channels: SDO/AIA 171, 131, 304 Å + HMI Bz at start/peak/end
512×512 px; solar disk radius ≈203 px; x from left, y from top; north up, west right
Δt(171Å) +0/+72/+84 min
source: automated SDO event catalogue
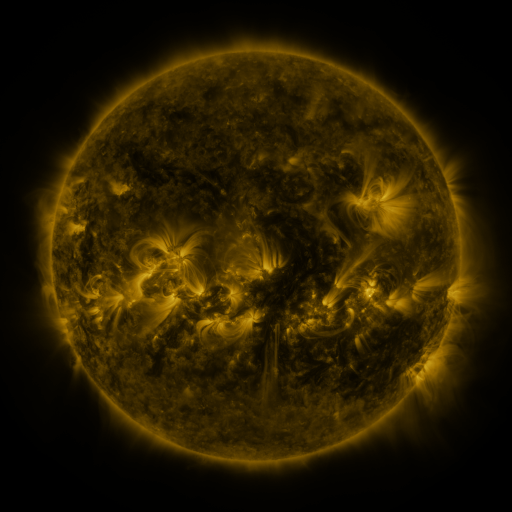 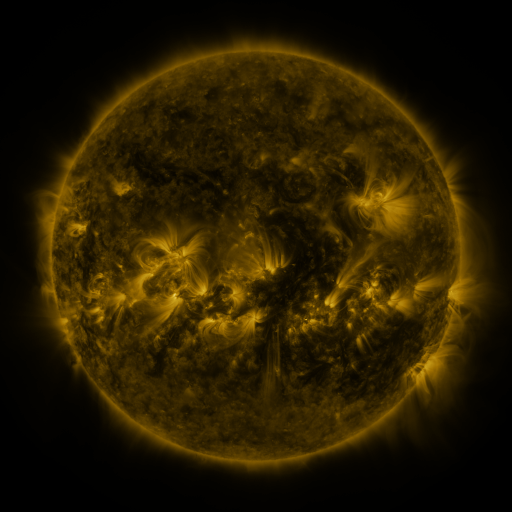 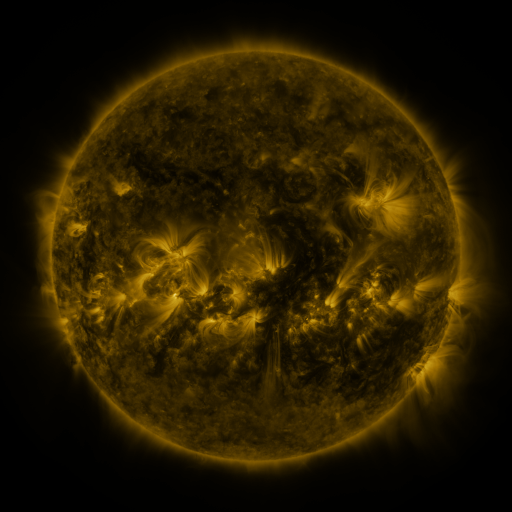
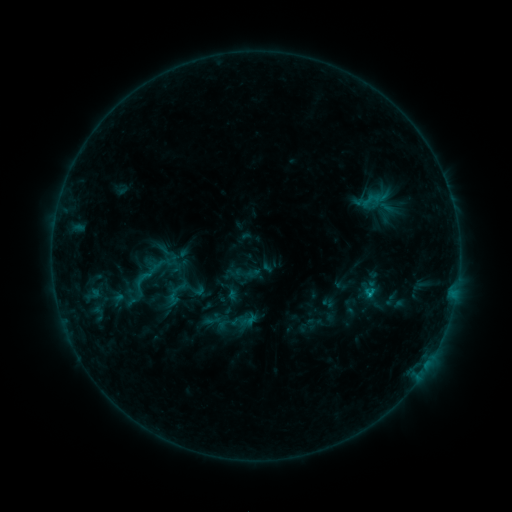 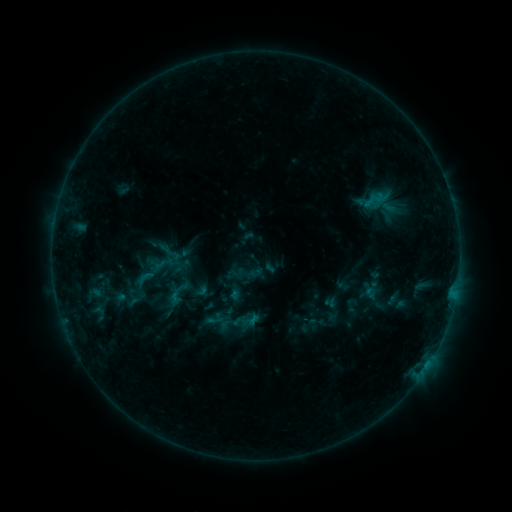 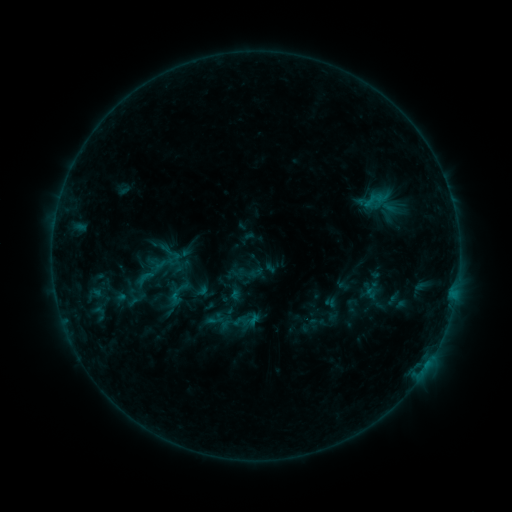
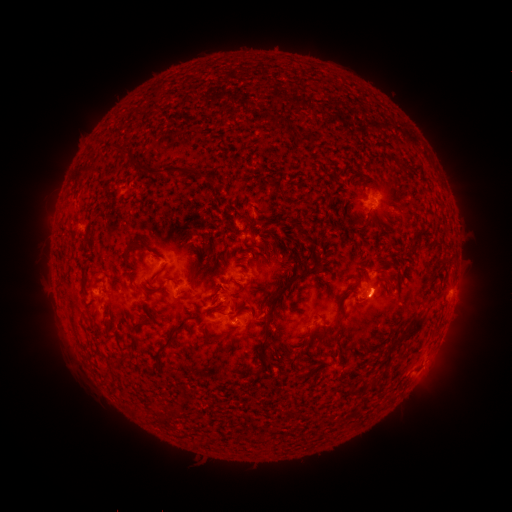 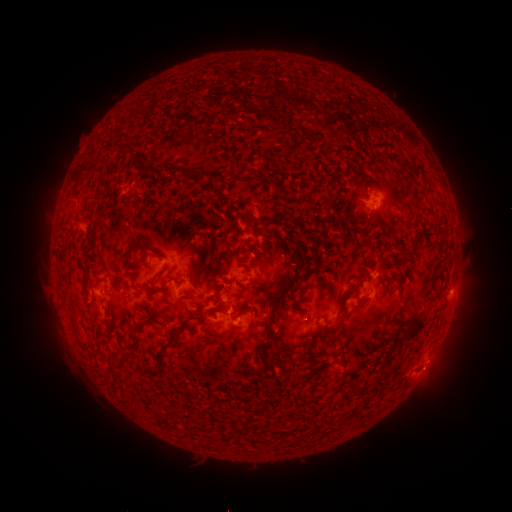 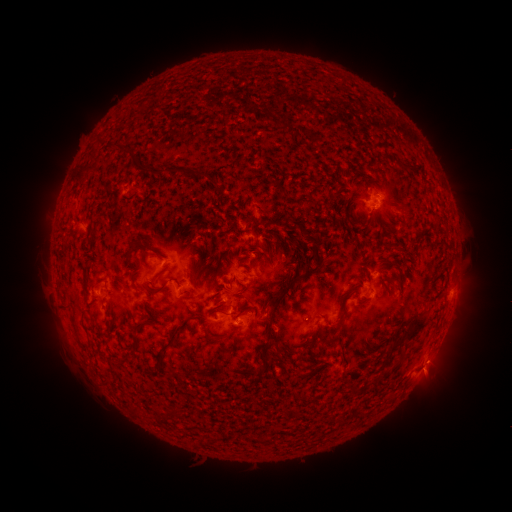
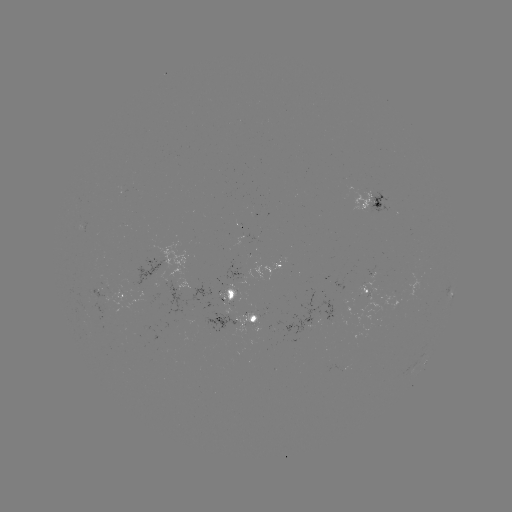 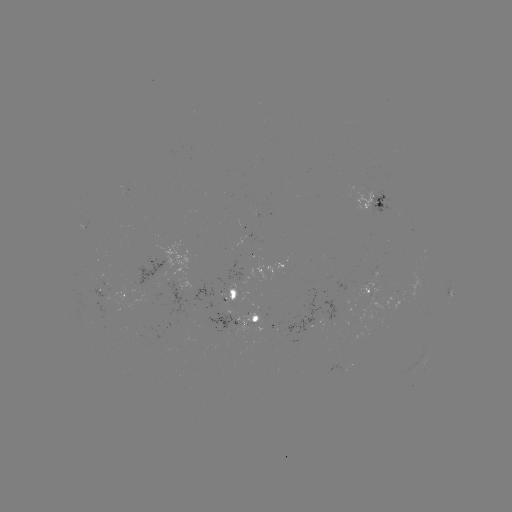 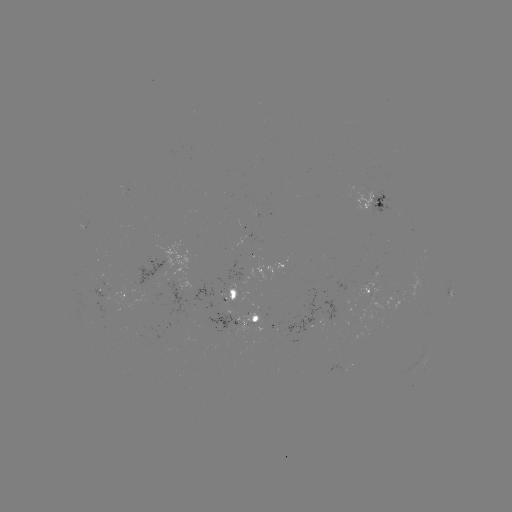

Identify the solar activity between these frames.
emerging-flux region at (211, 327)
